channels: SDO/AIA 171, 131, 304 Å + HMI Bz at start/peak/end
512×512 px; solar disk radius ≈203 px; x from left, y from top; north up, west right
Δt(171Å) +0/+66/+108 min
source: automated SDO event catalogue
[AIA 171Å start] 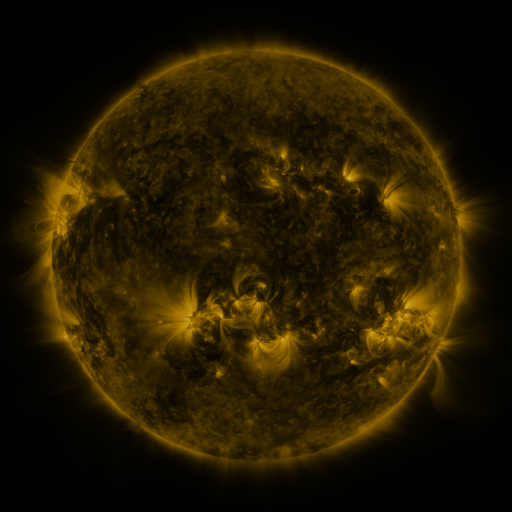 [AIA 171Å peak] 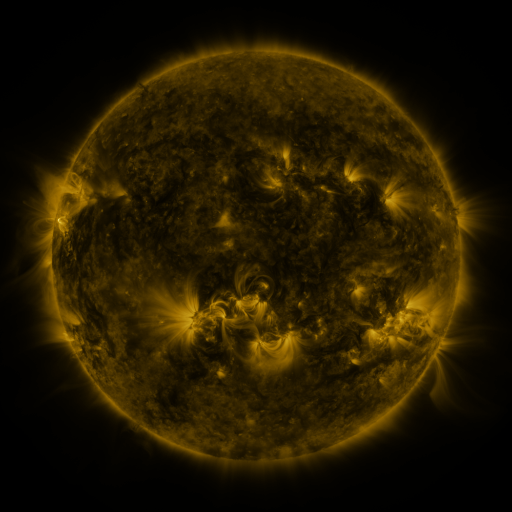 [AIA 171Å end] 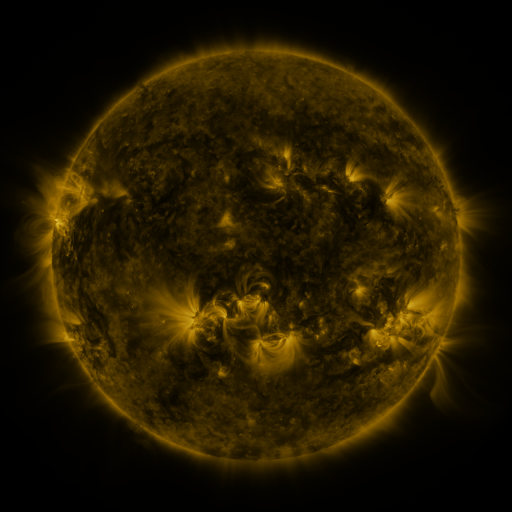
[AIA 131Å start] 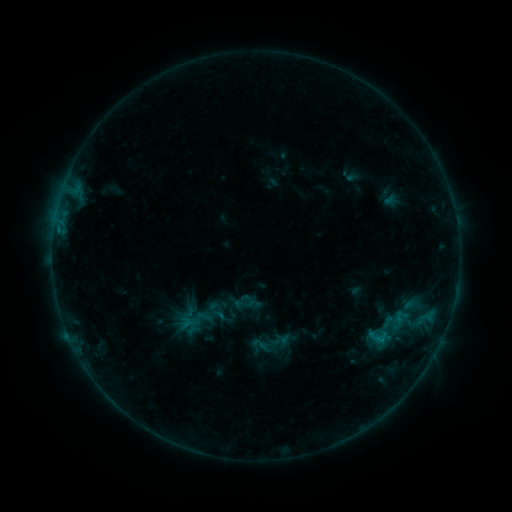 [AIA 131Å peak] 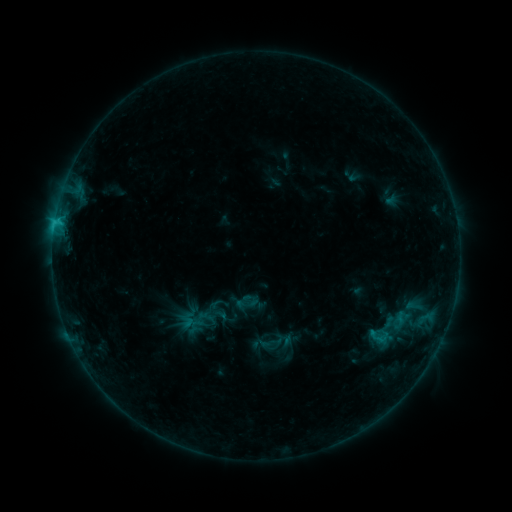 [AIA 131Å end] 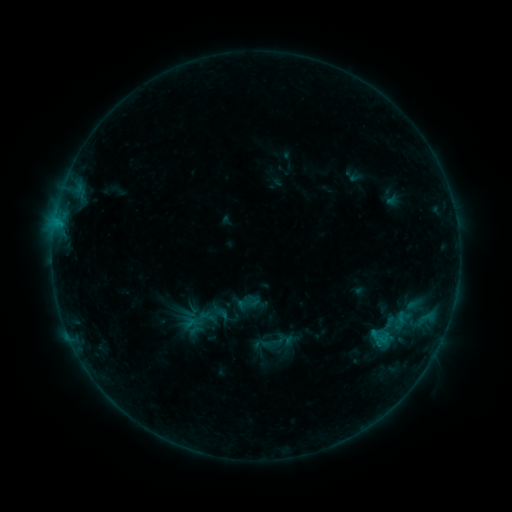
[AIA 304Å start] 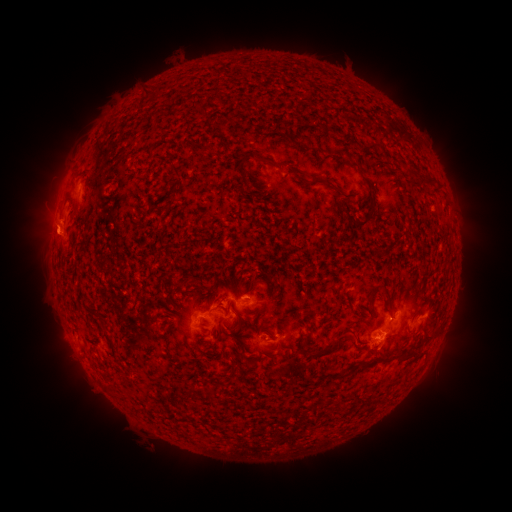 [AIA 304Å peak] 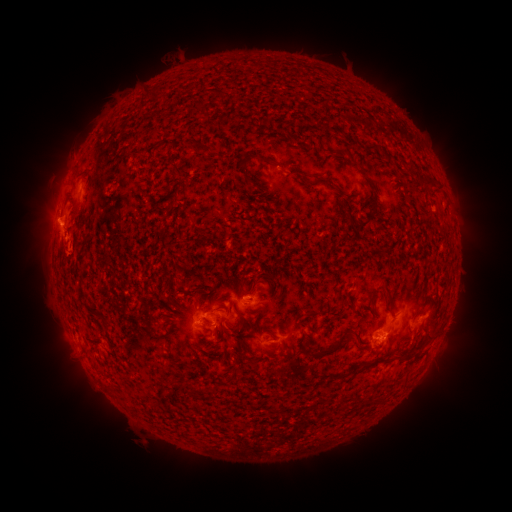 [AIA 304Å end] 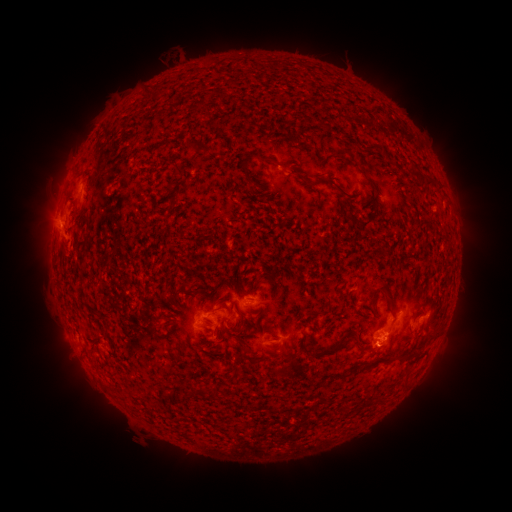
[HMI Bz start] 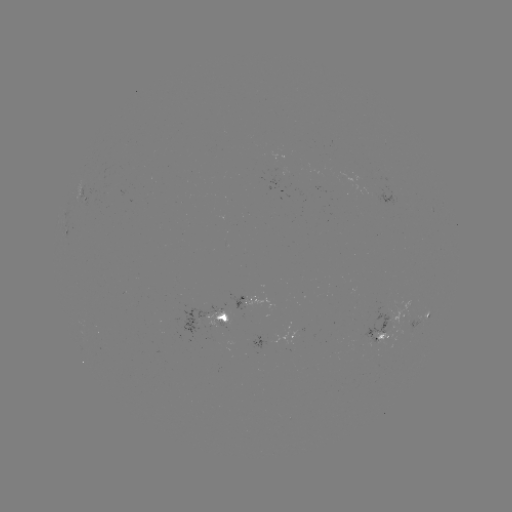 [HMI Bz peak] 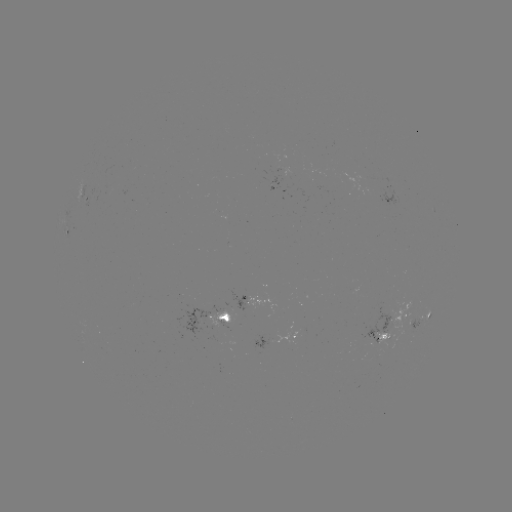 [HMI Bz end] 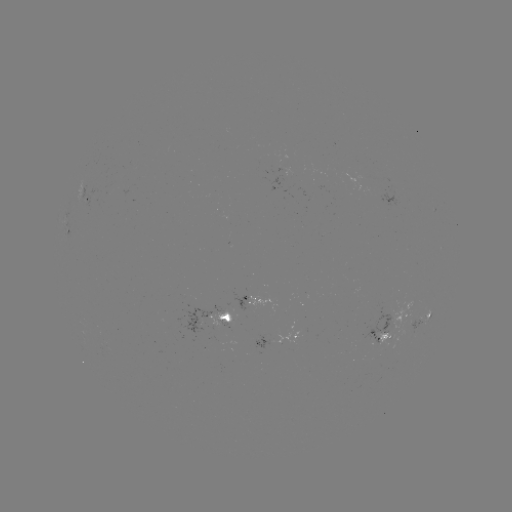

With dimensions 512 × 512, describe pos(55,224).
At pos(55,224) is C1.6 flare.